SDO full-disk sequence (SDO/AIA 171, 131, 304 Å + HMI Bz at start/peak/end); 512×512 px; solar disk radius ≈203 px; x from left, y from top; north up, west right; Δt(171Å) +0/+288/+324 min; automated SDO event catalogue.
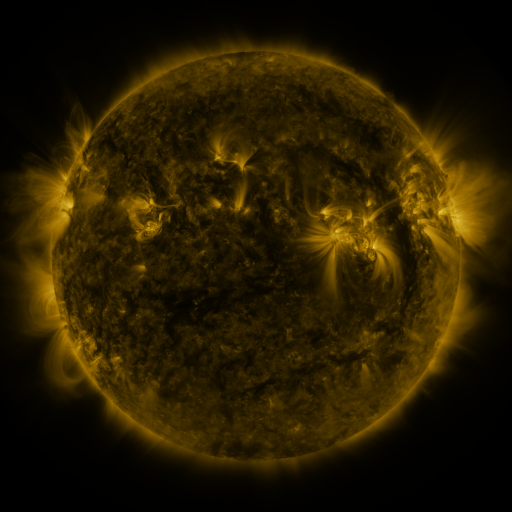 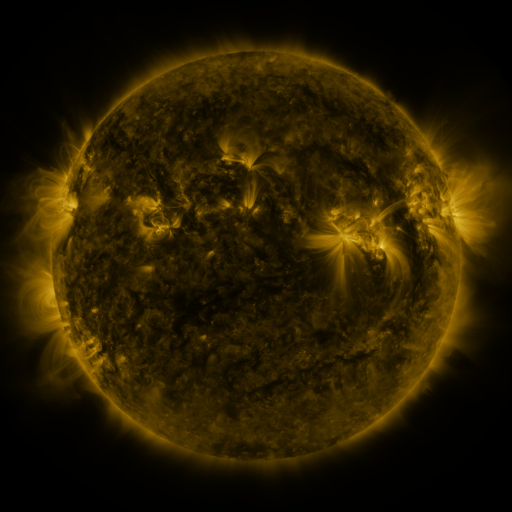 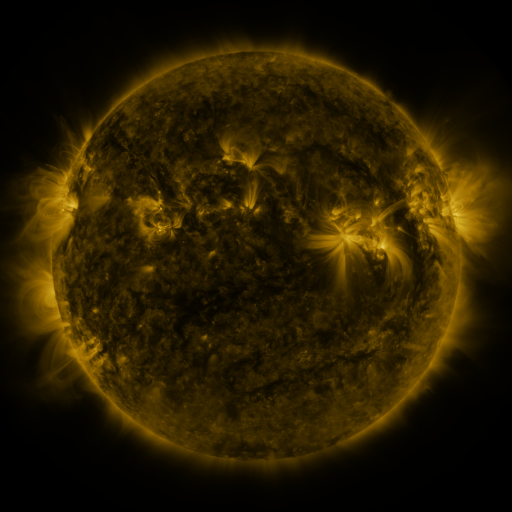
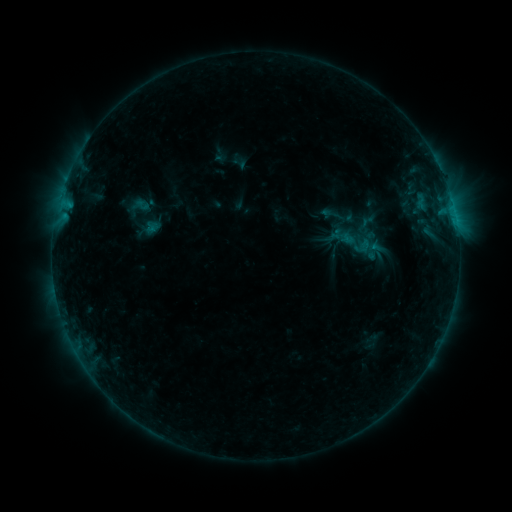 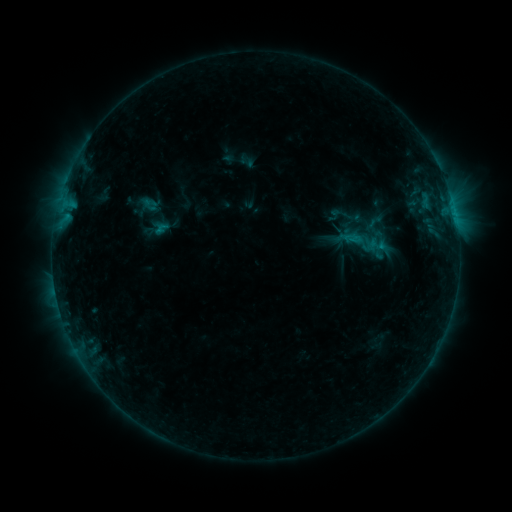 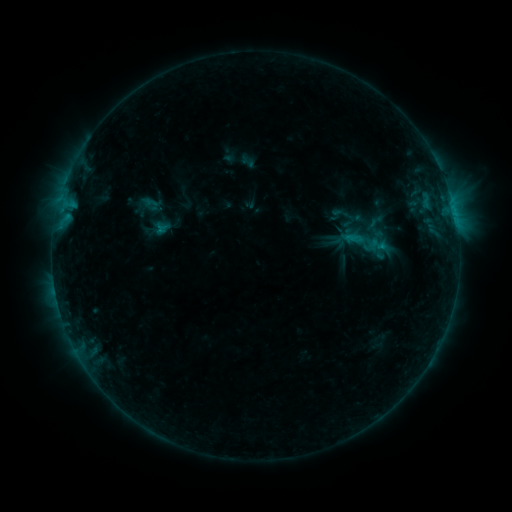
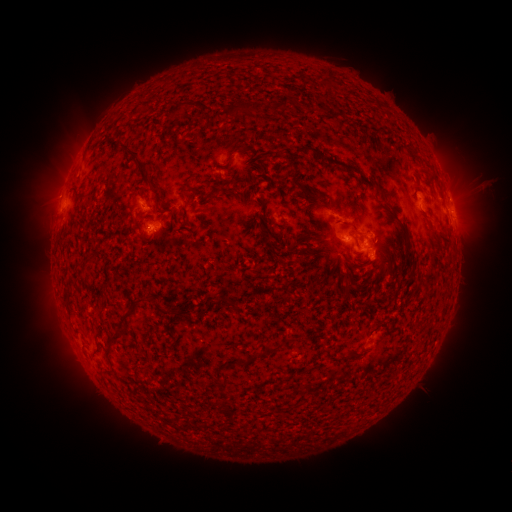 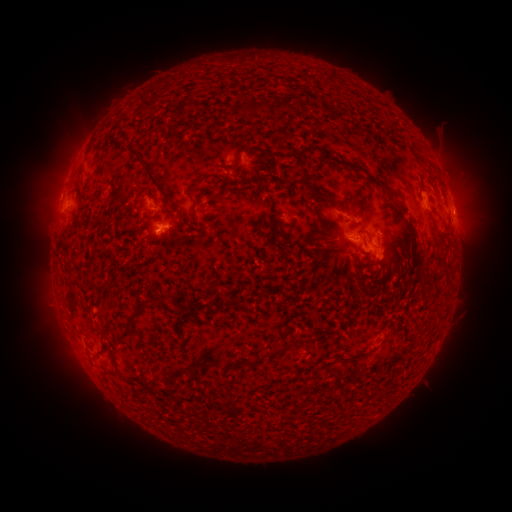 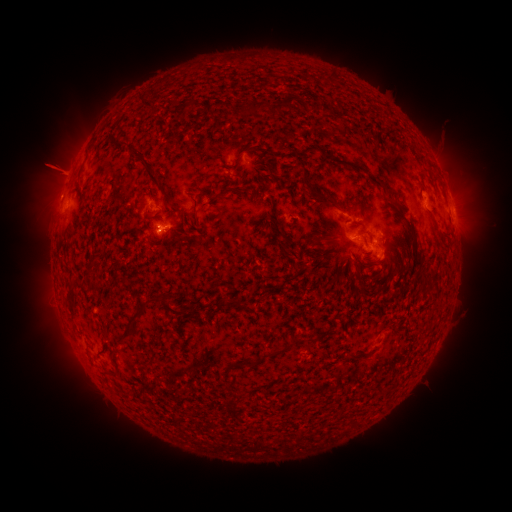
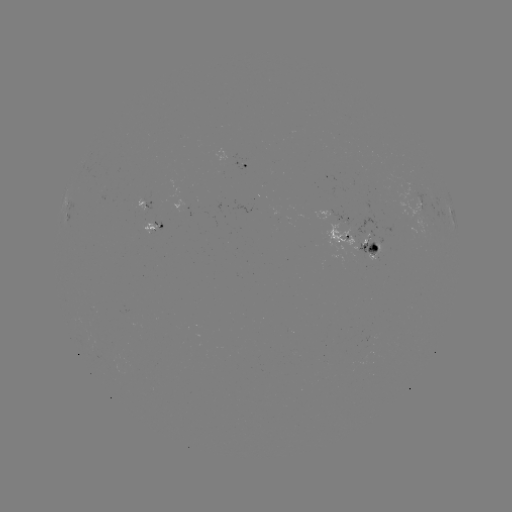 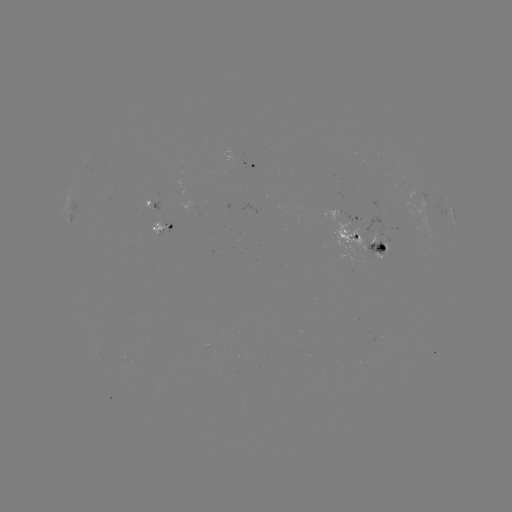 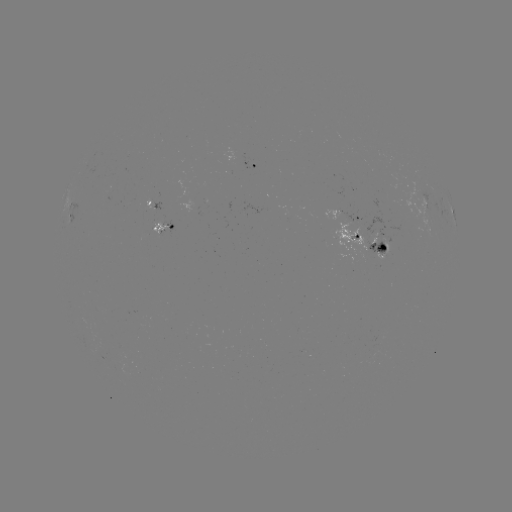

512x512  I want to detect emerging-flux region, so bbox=[331, 222, 368, 255].